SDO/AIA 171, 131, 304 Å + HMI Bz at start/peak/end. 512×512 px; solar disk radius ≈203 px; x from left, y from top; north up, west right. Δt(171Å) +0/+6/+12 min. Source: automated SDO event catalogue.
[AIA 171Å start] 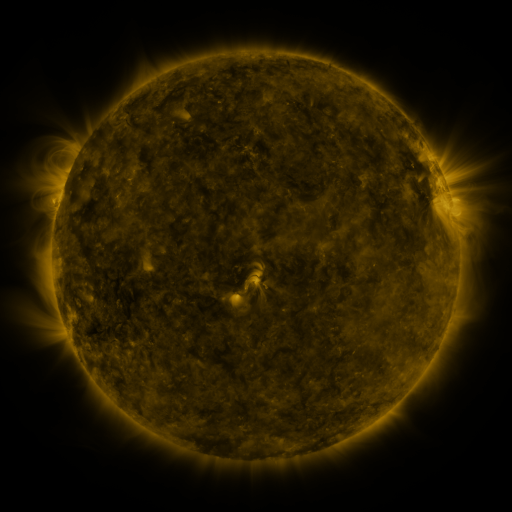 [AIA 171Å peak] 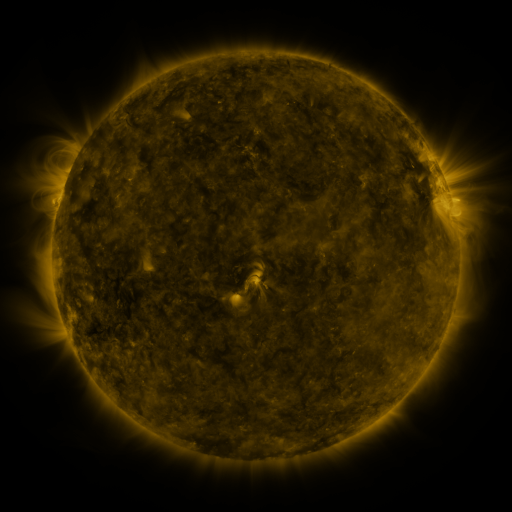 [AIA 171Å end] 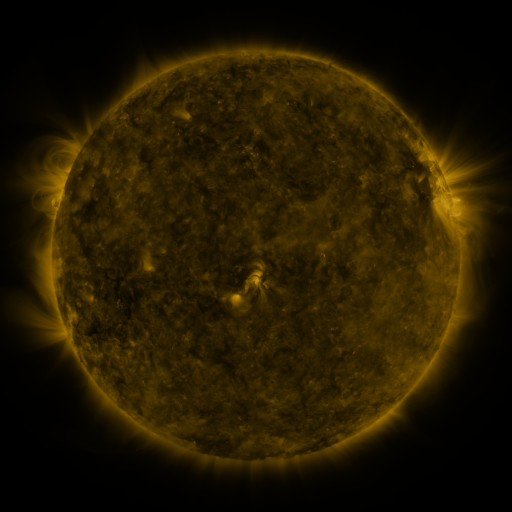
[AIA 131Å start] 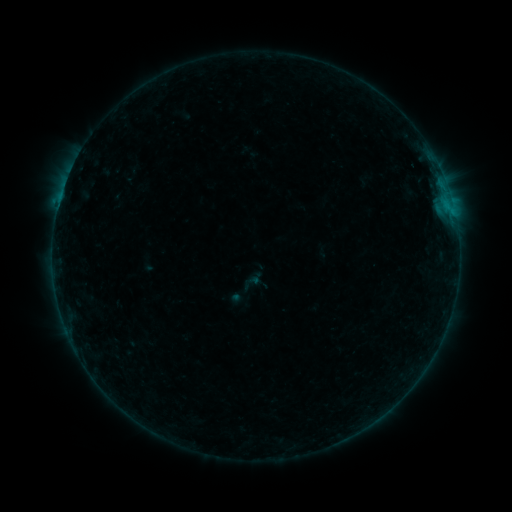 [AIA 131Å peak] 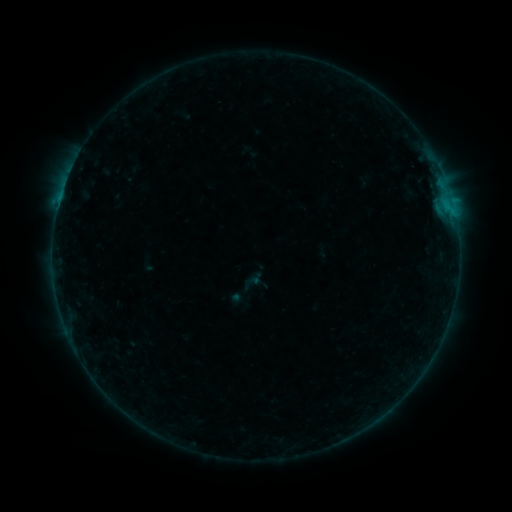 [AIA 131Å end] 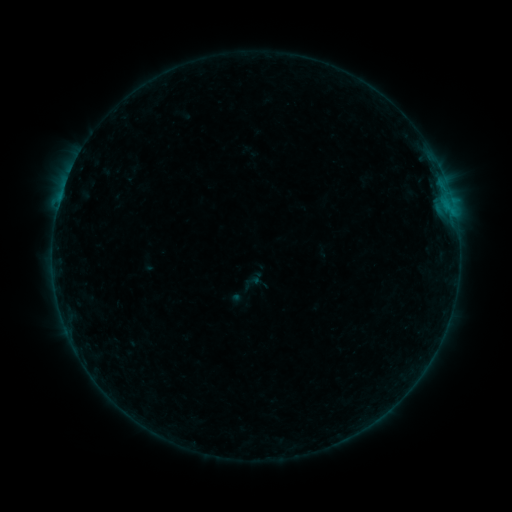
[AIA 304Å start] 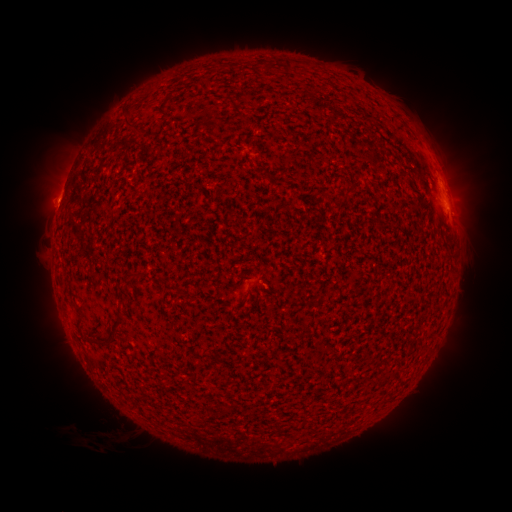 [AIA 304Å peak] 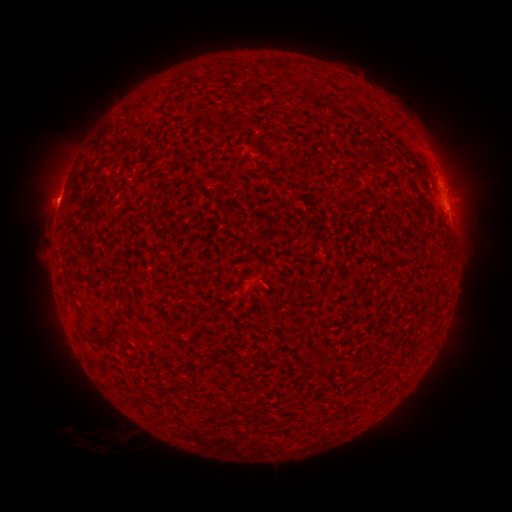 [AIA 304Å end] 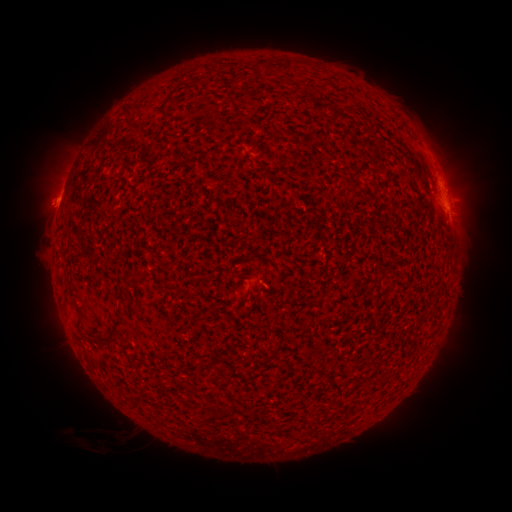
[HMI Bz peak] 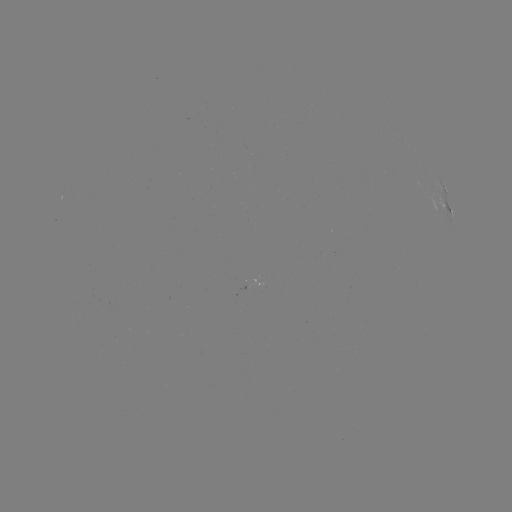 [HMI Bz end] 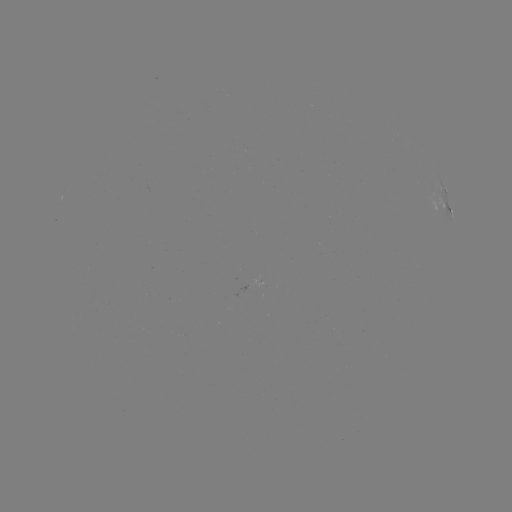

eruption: [27, 181, 73, 218]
